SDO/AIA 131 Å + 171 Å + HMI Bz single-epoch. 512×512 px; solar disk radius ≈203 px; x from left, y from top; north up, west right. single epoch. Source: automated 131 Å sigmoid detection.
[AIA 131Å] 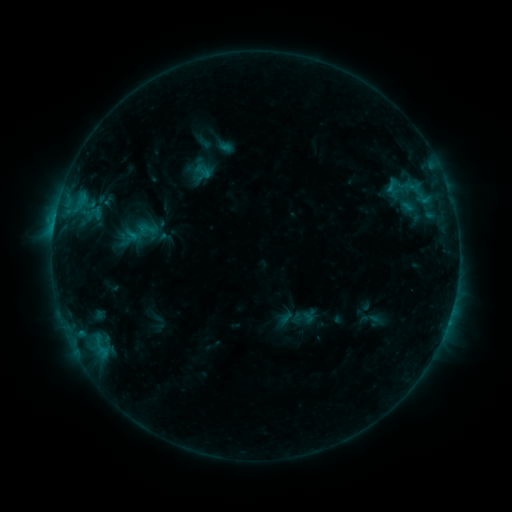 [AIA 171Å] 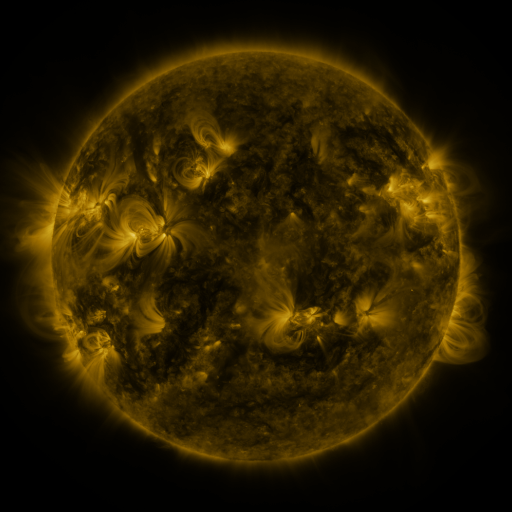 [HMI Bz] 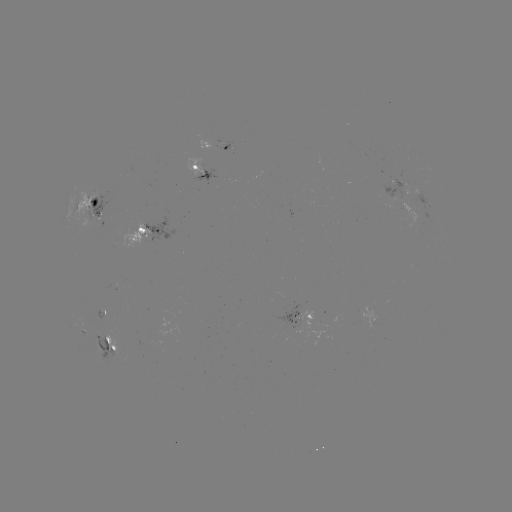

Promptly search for sigmoid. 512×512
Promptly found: (204, 171).